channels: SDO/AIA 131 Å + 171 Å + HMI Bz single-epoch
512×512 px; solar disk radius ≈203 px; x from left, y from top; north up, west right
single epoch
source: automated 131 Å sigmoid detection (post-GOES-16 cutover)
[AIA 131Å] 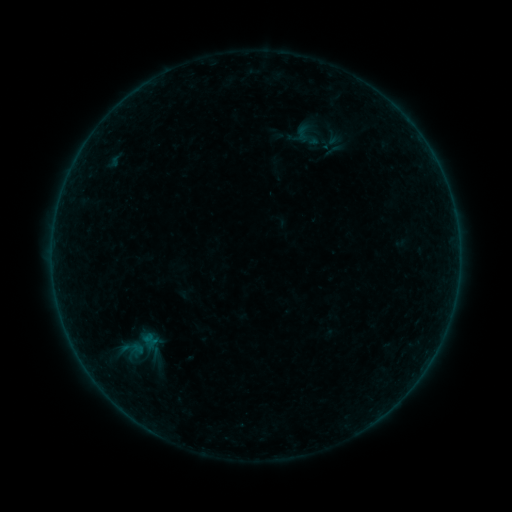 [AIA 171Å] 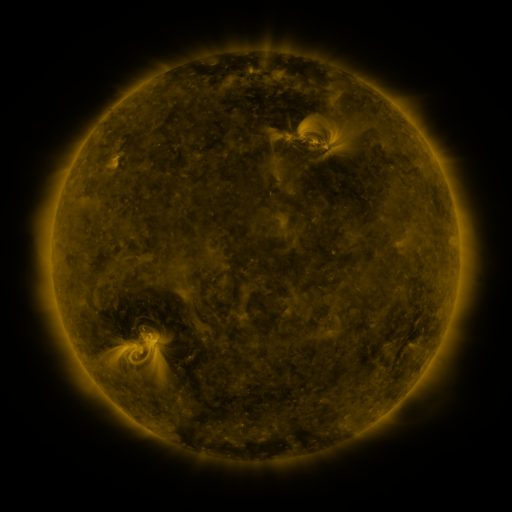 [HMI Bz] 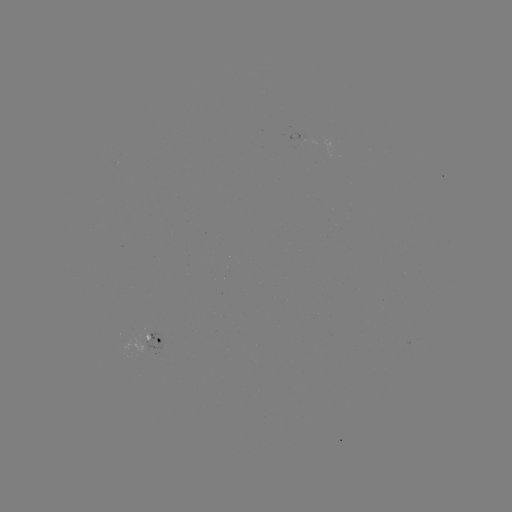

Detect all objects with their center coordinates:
sigmoid: (139, 346)
